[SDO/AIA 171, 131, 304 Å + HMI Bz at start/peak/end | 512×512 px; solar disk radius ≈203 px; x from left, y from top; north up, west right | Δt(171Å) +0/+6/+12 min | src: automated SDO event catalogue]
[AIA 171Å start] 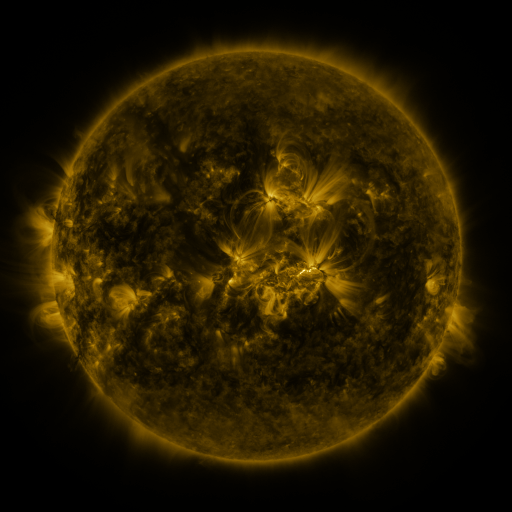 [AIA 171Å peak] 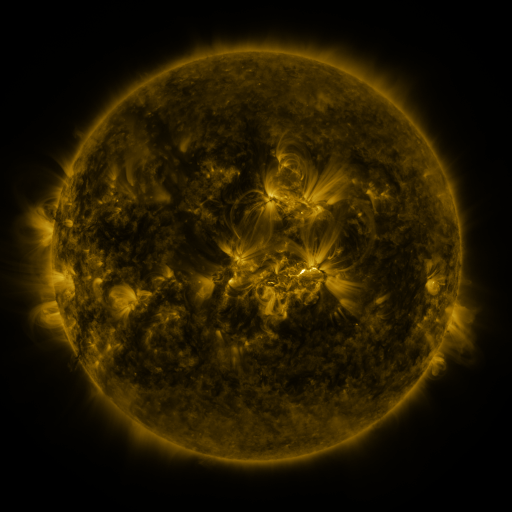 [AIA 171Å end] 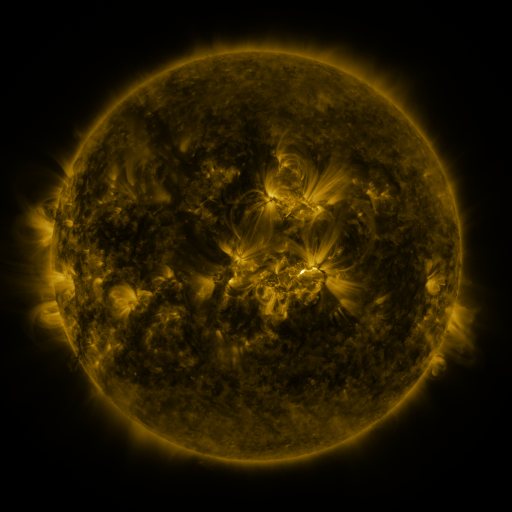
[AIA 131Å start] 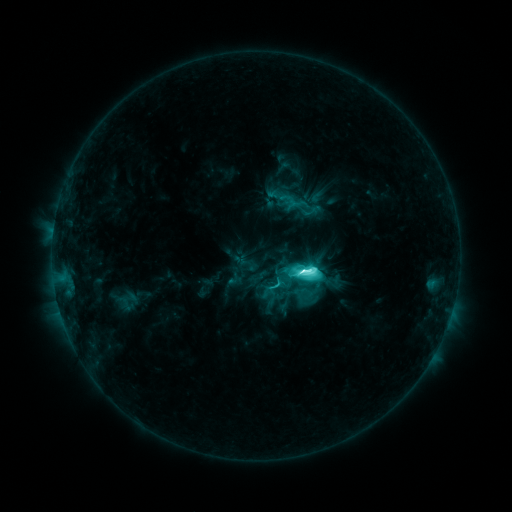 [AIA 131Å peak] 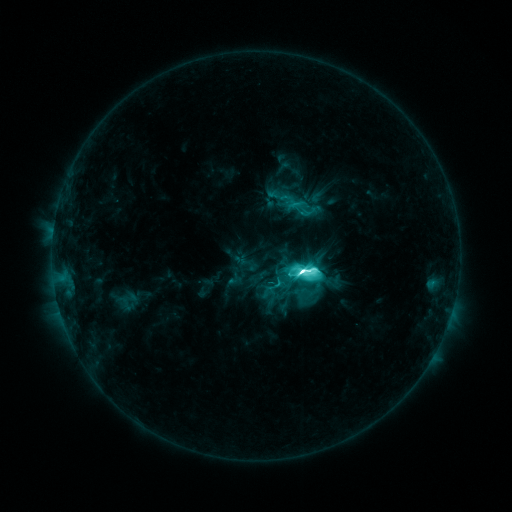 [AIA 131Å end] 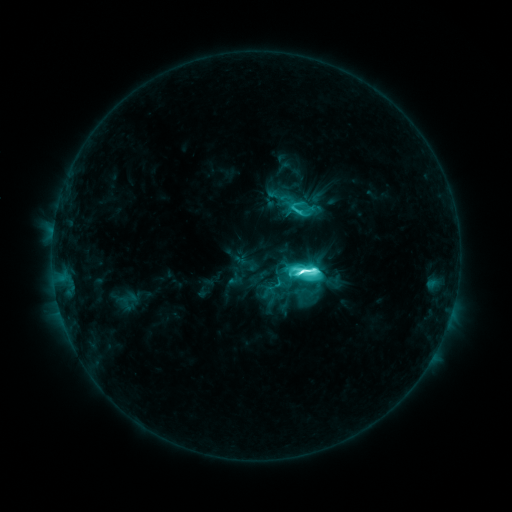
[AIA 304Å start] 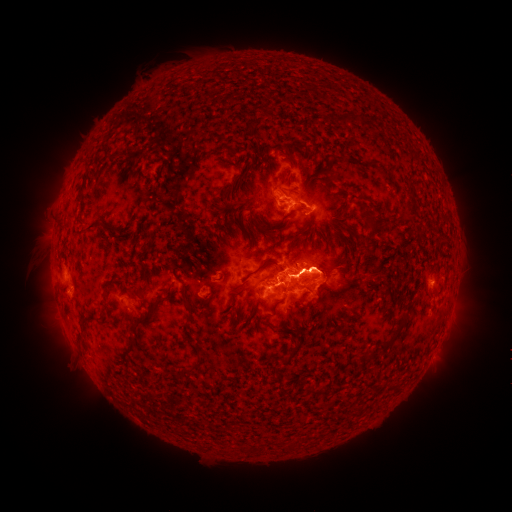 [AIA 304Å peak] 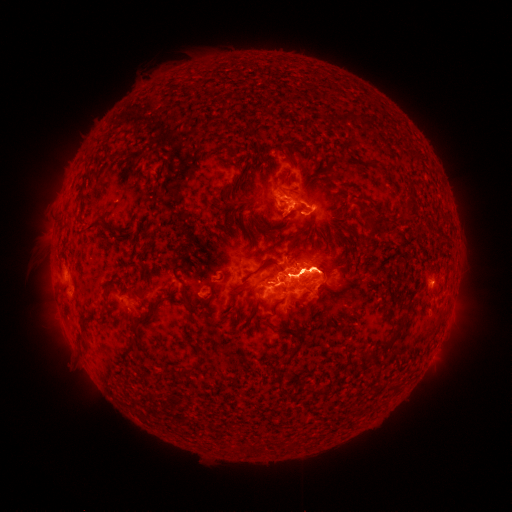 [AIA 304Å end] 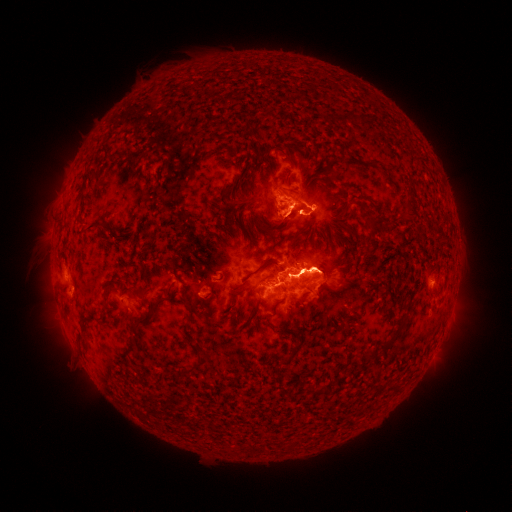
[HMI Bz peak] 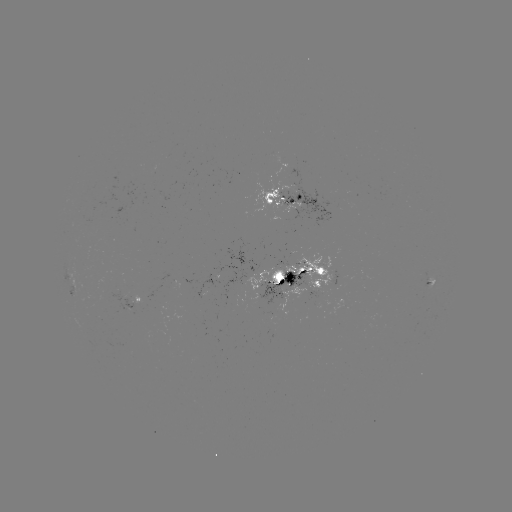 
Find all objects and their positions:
eruption: (55, 311)
